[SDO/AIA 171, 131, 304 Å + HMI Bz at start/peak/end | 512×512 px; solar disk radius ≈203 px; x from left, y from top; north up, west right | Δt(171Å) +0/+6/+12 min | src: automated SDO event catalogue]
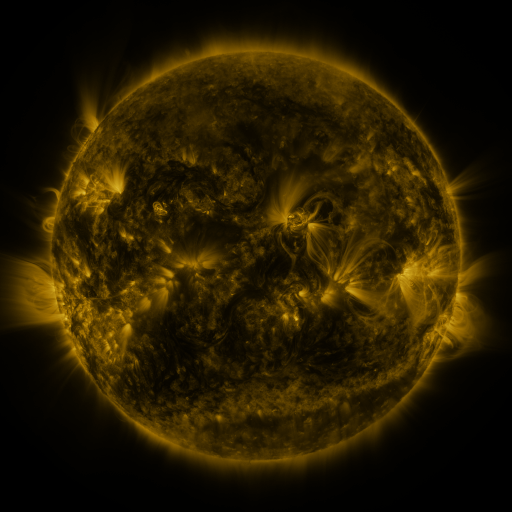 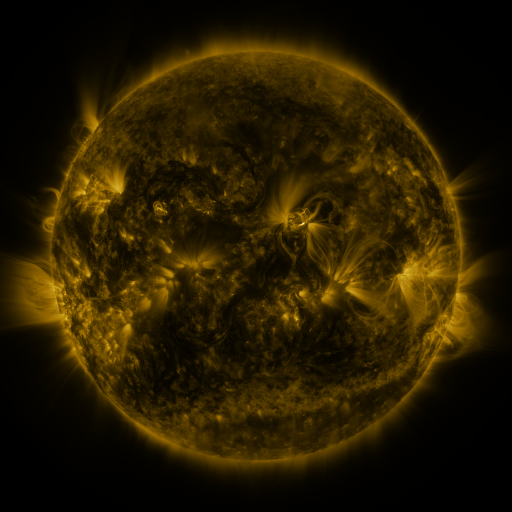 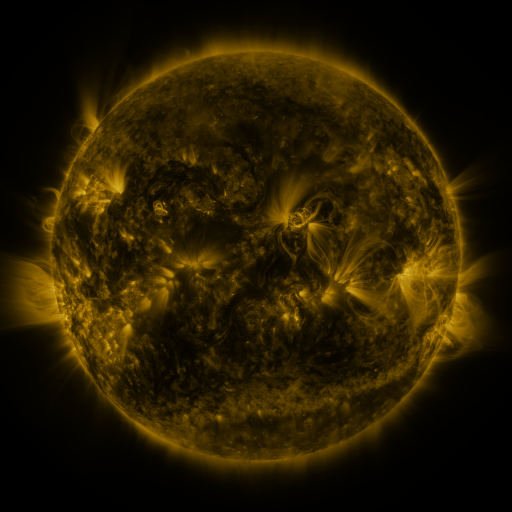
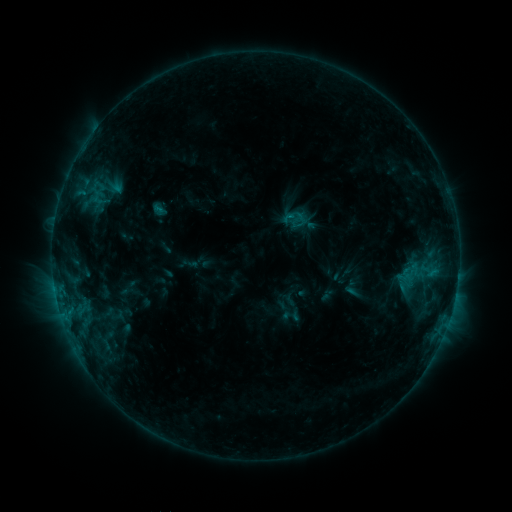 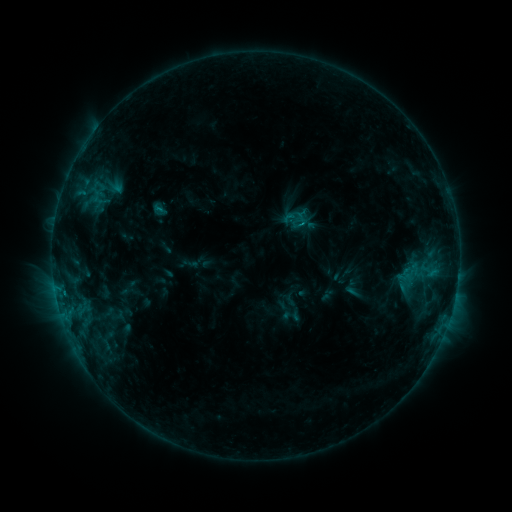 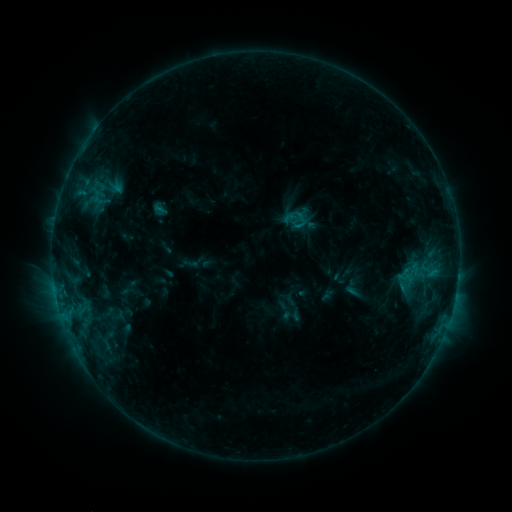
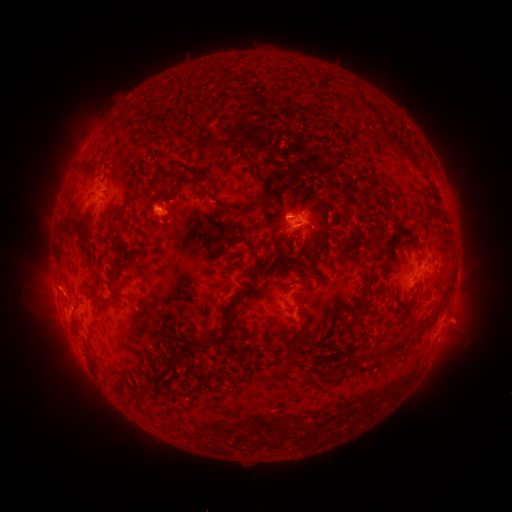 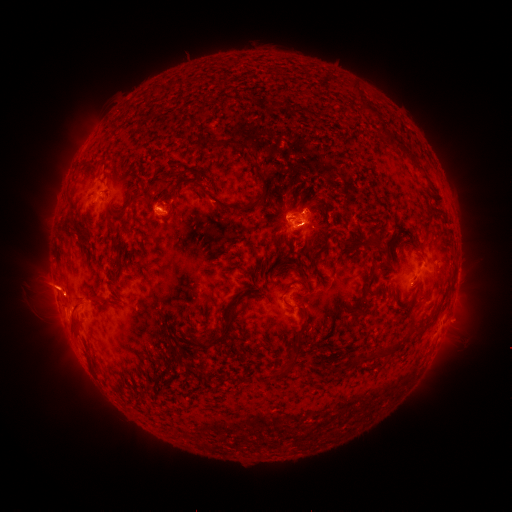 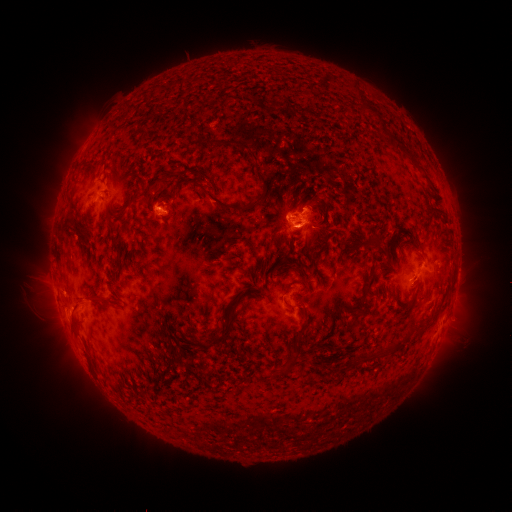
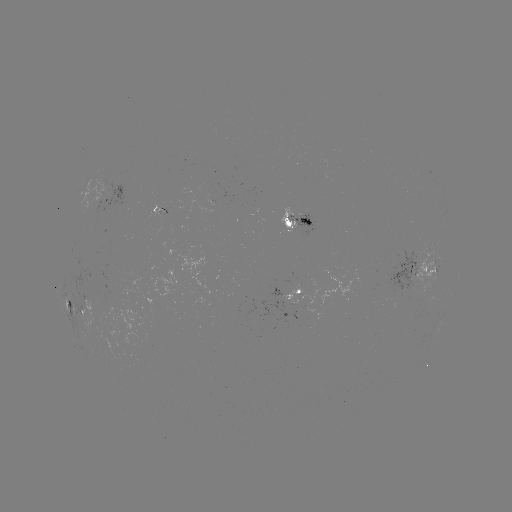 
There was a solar eruption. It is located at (51, 286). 